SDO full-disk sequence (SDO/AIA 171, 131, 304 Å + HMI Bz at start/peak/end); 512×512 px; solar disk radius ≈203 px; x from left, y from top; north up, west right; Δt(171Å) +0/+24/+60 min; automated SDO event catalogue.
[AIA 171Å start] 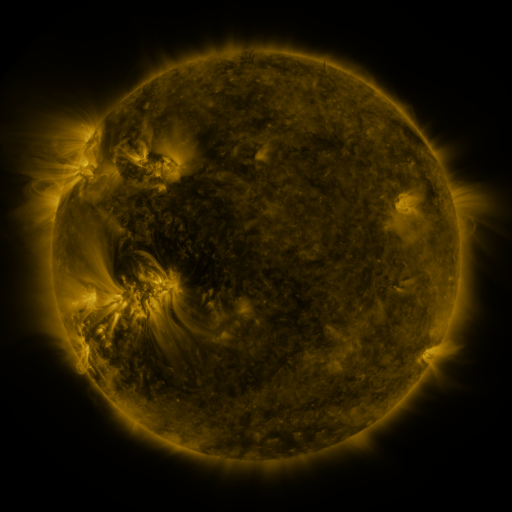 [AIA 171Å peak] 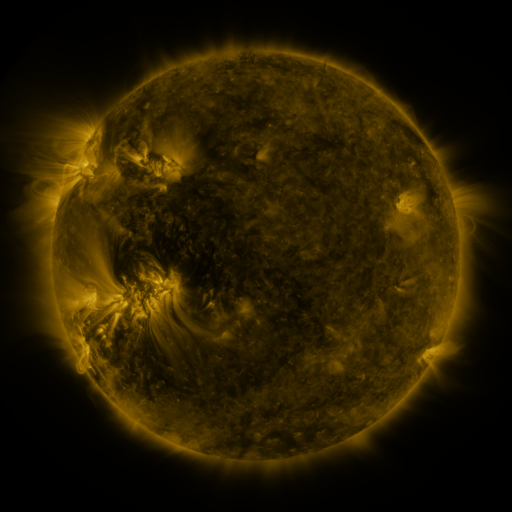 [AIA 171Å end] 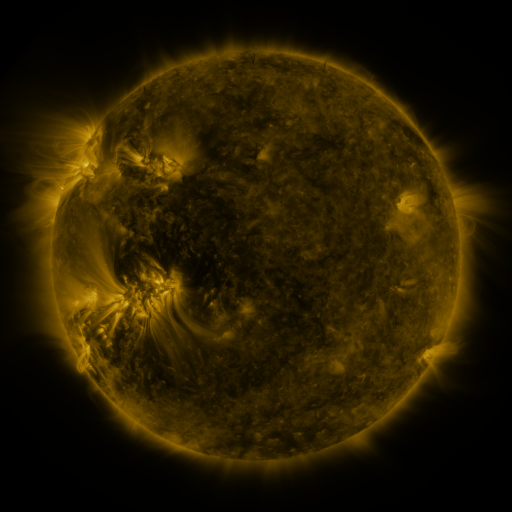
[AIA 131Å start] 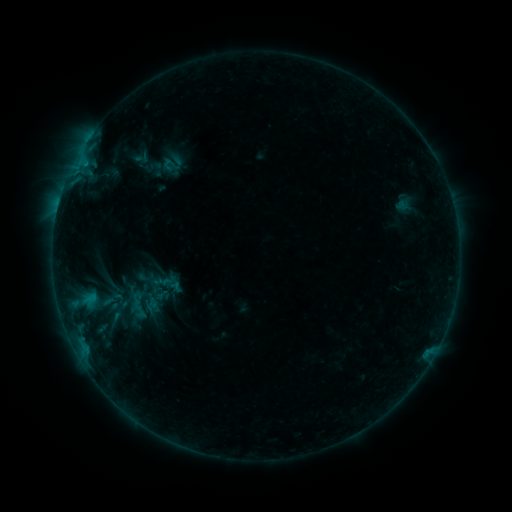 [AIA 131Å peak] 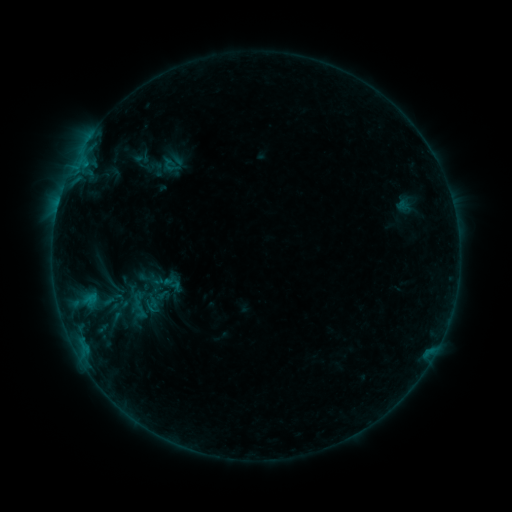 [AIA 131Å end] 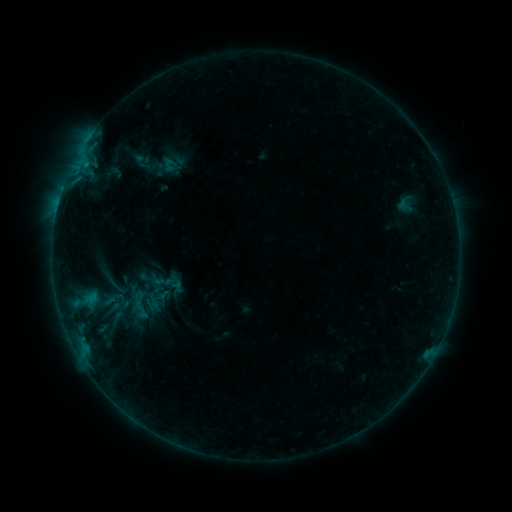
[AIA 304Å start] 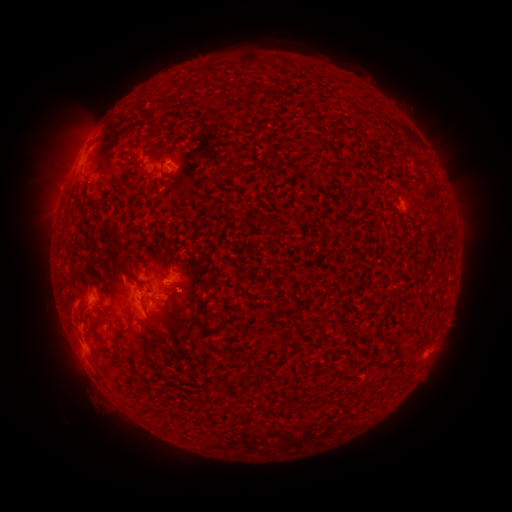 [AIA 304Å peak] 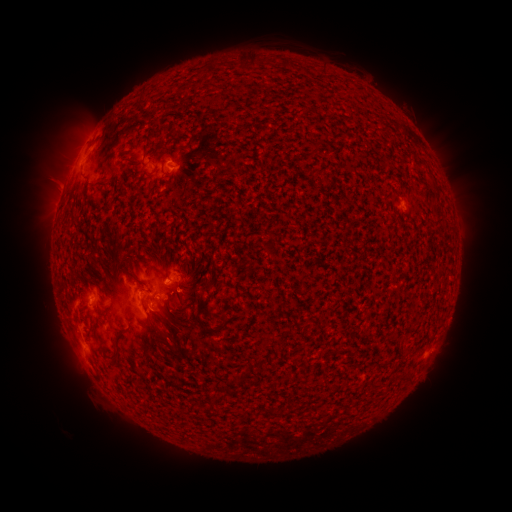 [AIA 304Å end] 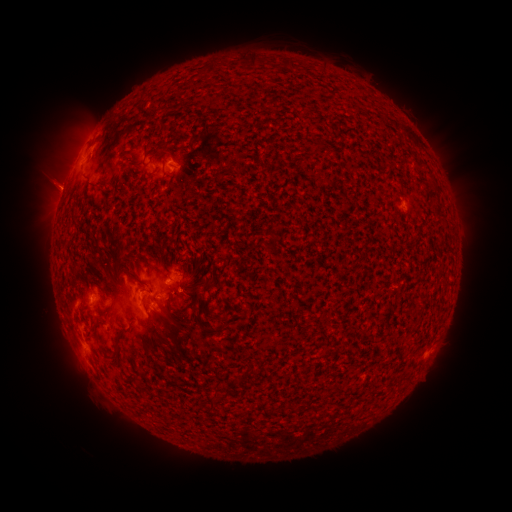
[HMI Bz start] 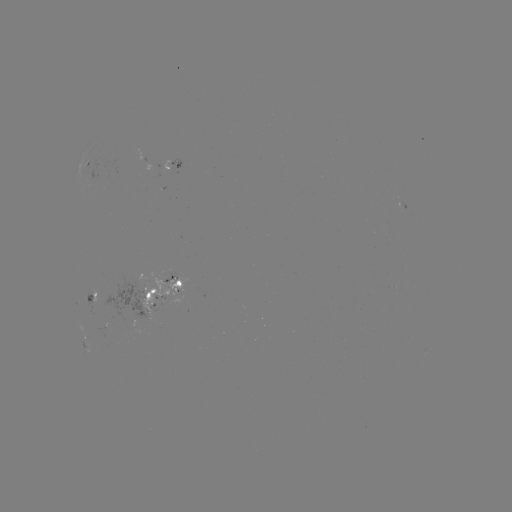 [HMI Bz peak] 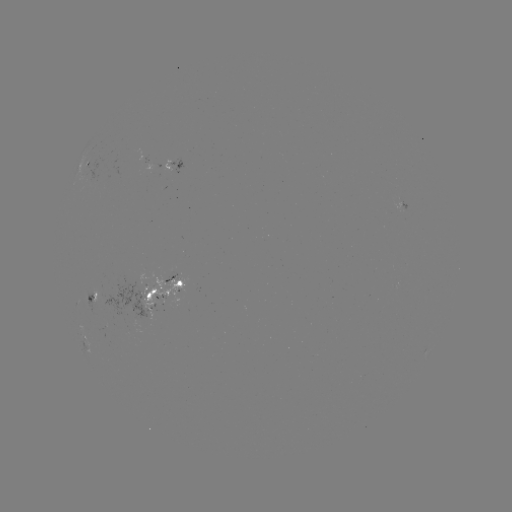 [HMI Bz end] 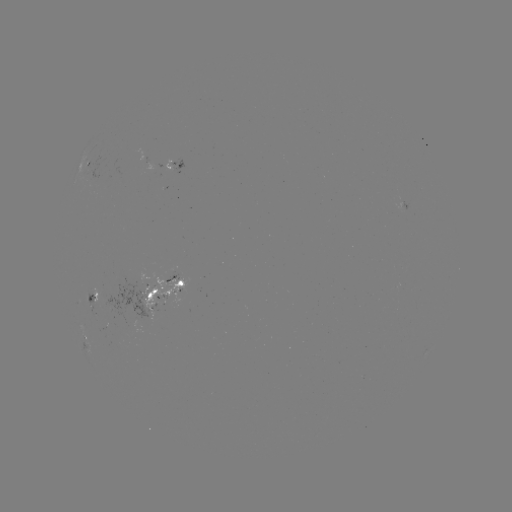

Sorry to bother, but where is emerging-flux region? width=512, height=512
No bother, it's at [149, 300].